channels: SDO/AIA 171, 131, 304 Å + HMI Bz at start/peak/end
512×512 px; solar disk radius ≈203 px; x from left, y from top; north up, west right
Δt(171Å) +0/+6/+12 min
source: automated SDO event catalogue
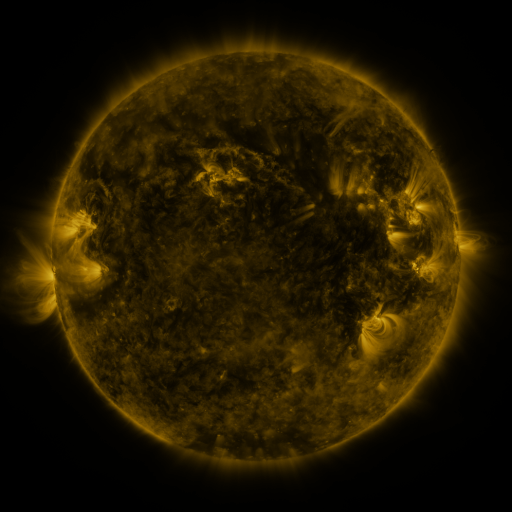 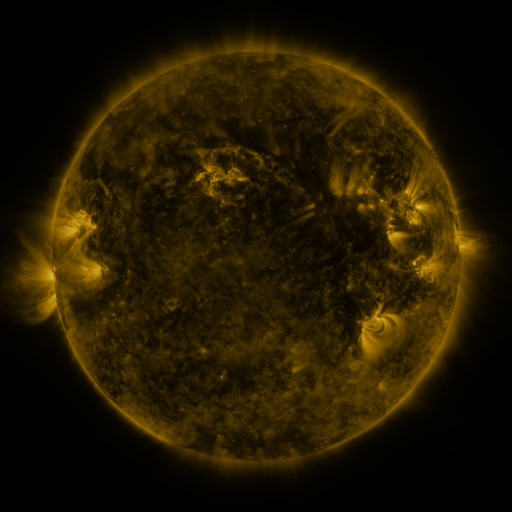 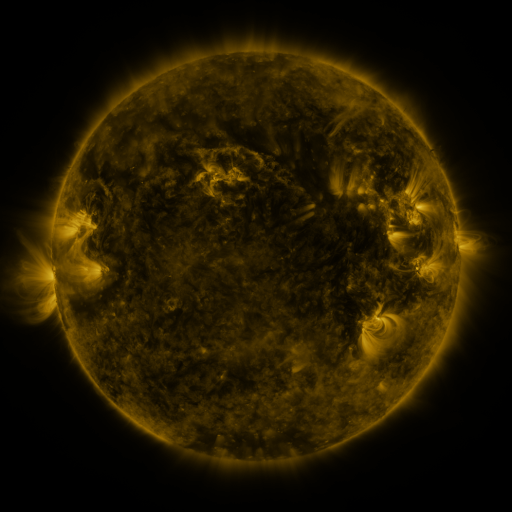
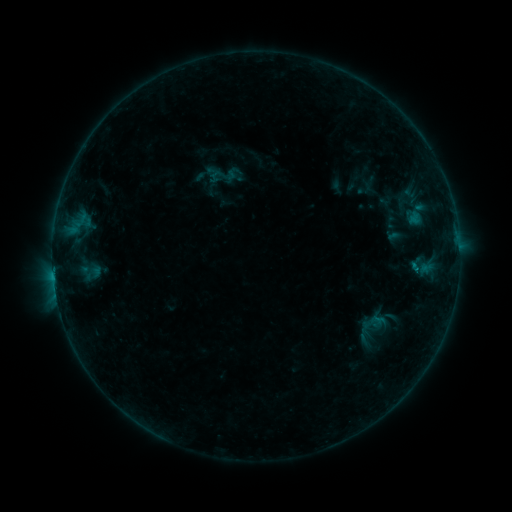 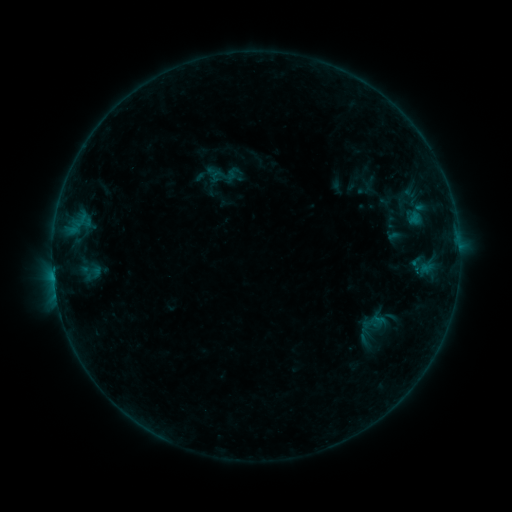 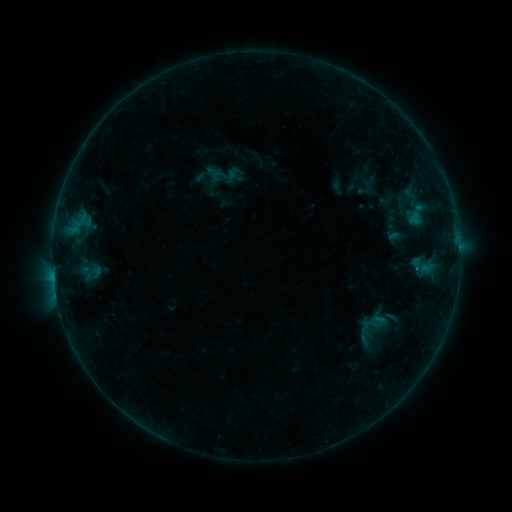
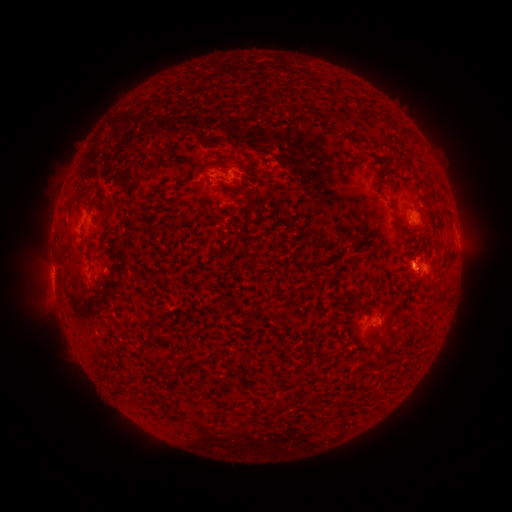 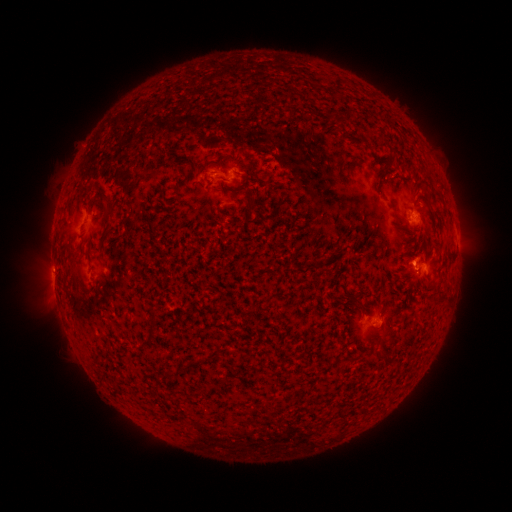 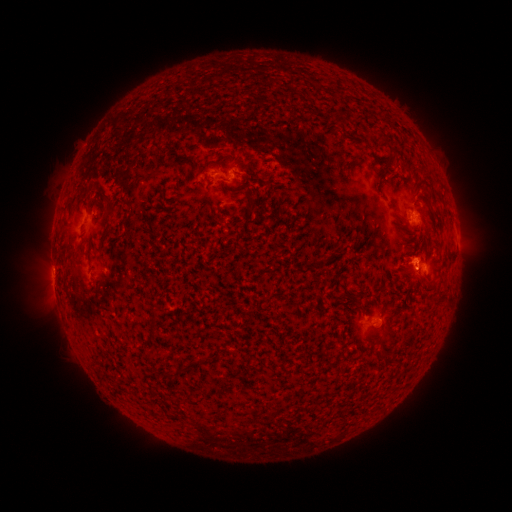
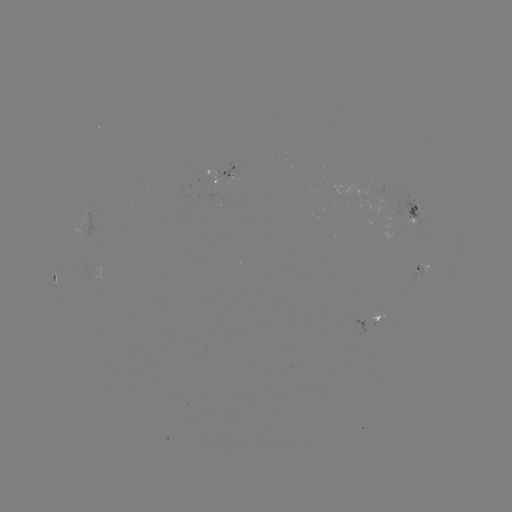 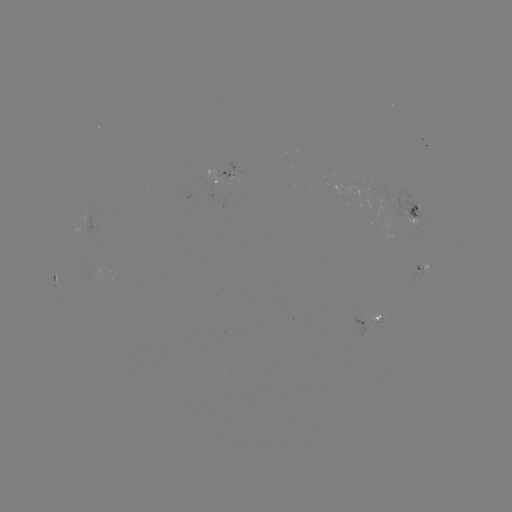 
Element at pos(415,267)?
B4.4 flare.